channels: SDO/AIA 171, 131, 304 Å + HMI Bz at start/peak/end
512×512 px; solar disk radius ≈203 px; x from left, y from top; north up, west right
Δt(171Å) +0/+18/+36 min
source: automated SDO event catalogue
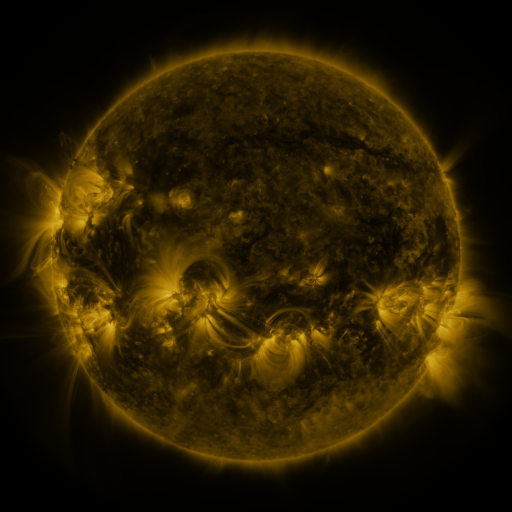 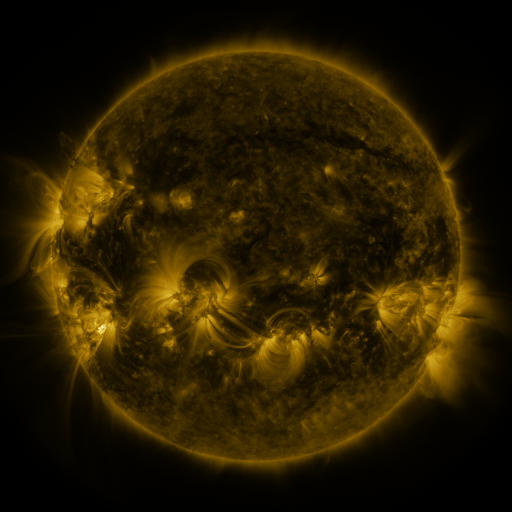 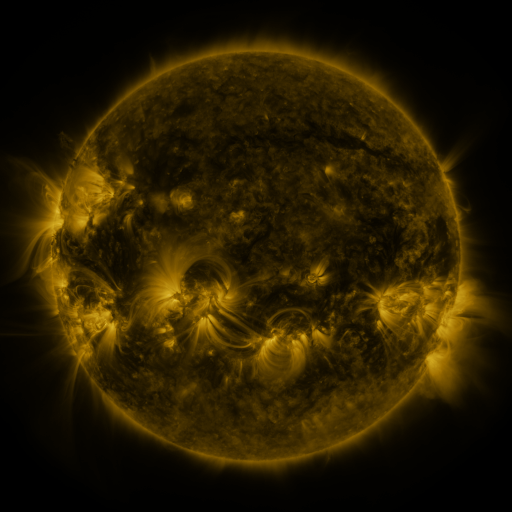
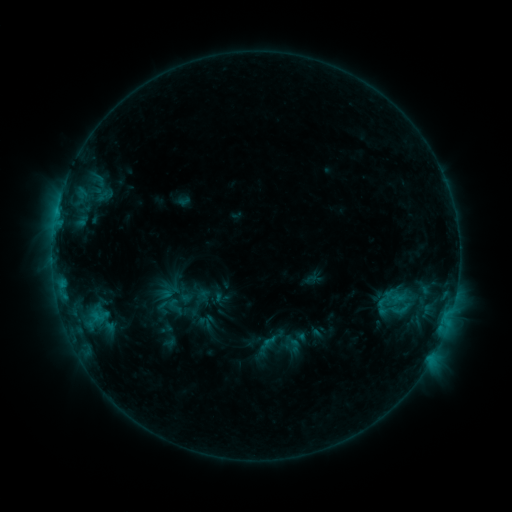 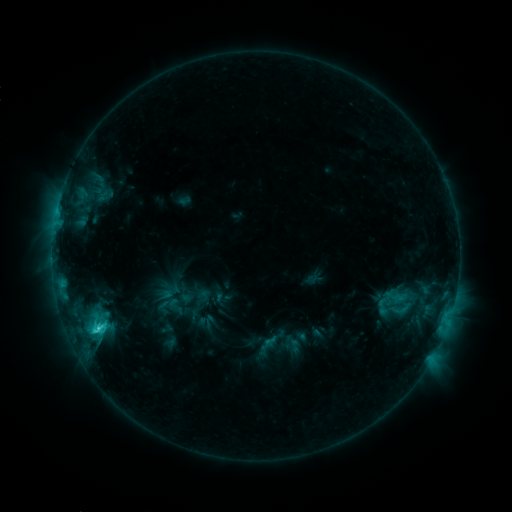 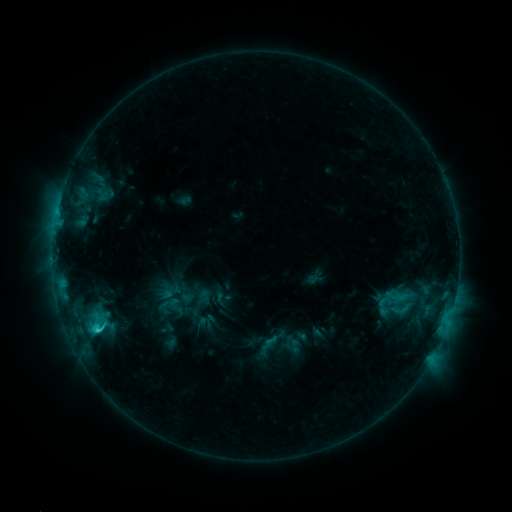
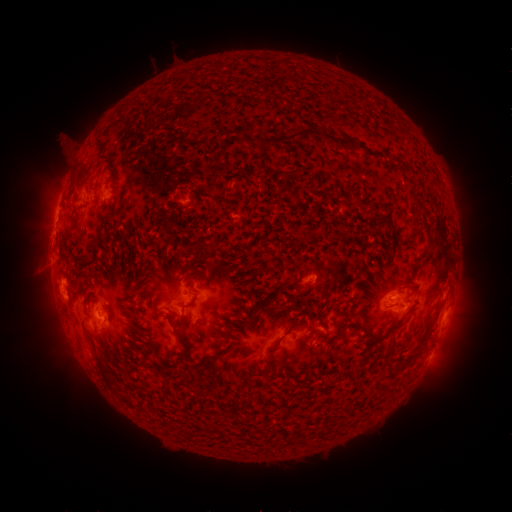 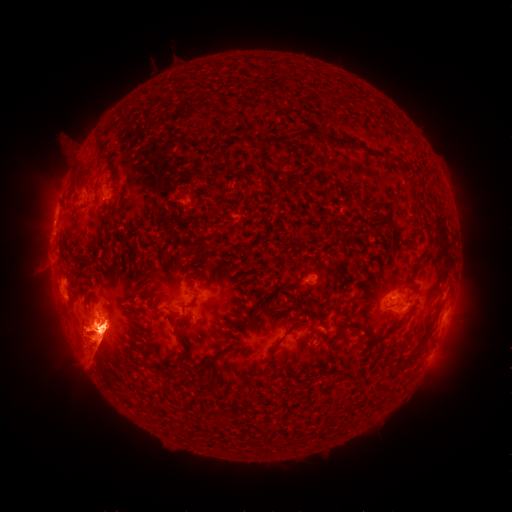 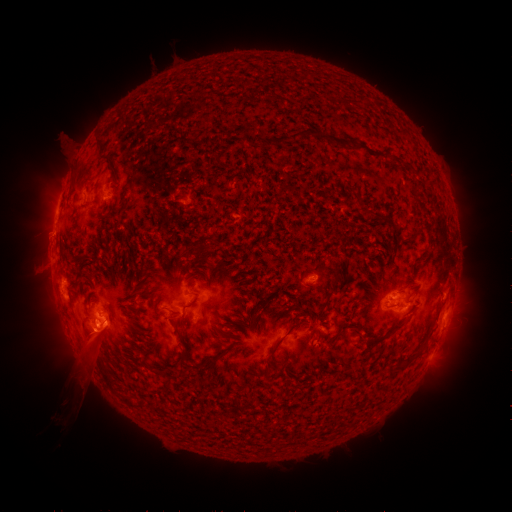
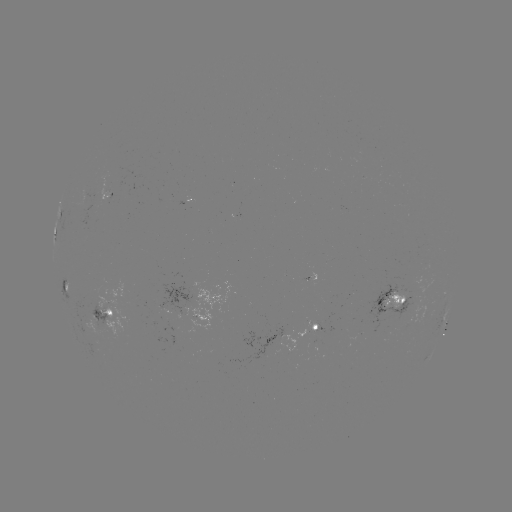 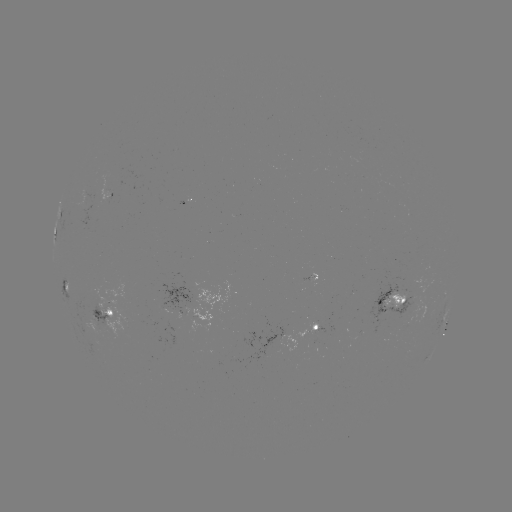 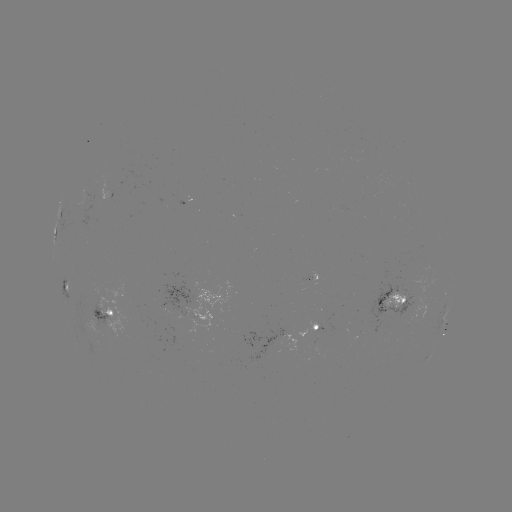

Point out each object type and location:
eruption: (92, 349)
